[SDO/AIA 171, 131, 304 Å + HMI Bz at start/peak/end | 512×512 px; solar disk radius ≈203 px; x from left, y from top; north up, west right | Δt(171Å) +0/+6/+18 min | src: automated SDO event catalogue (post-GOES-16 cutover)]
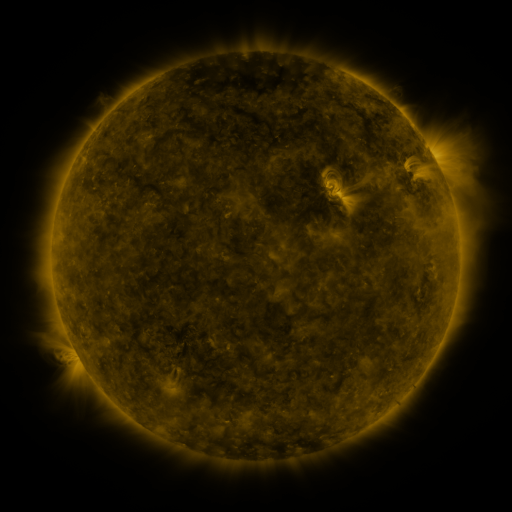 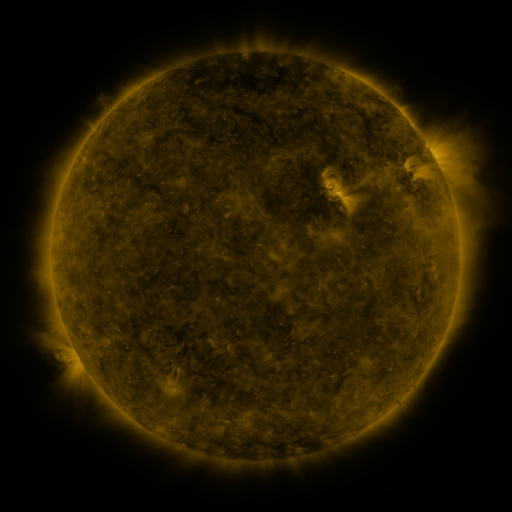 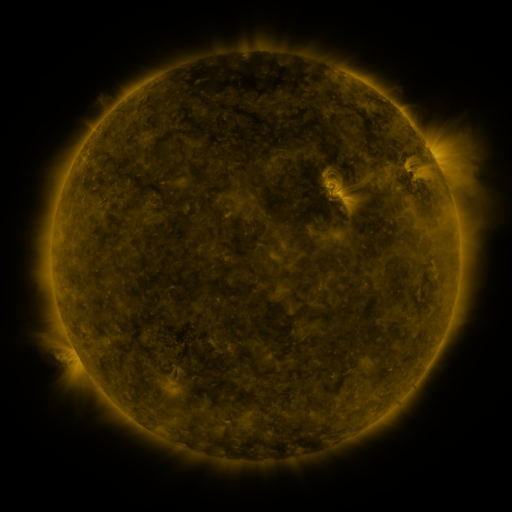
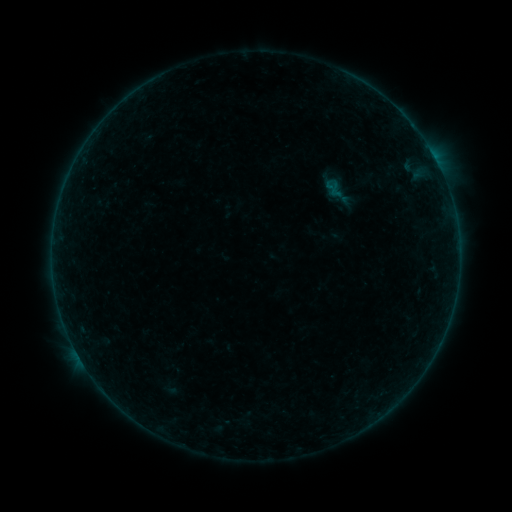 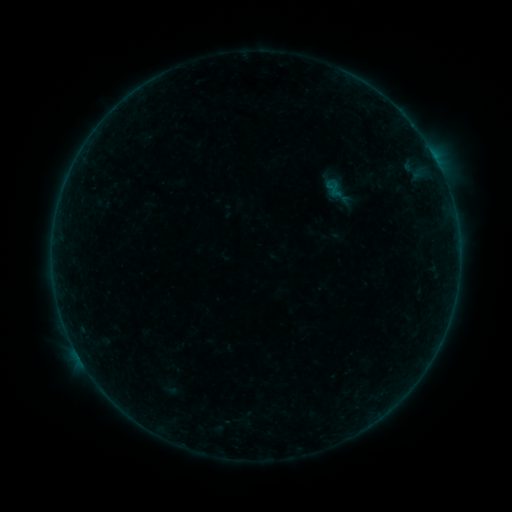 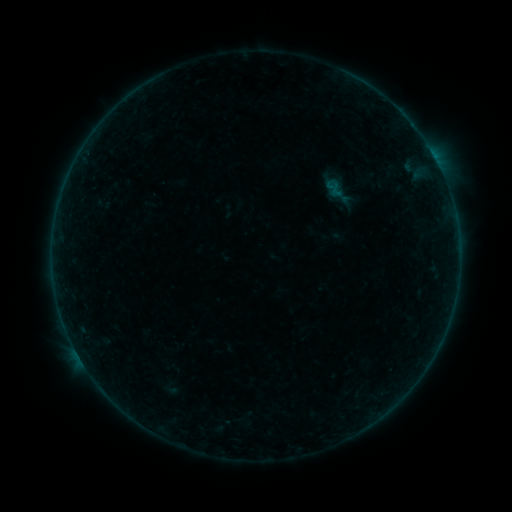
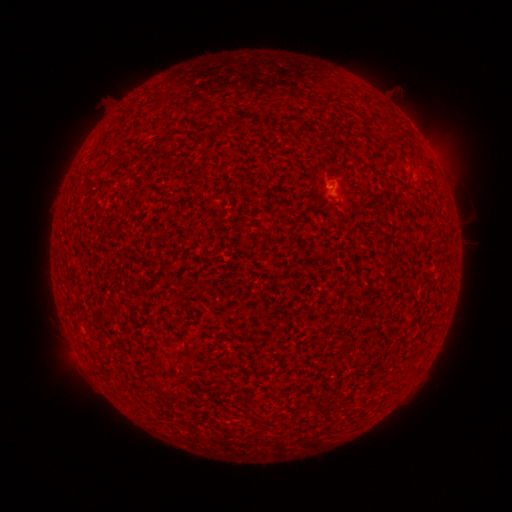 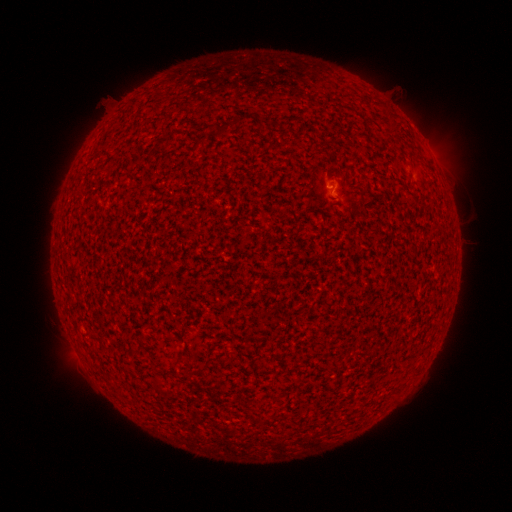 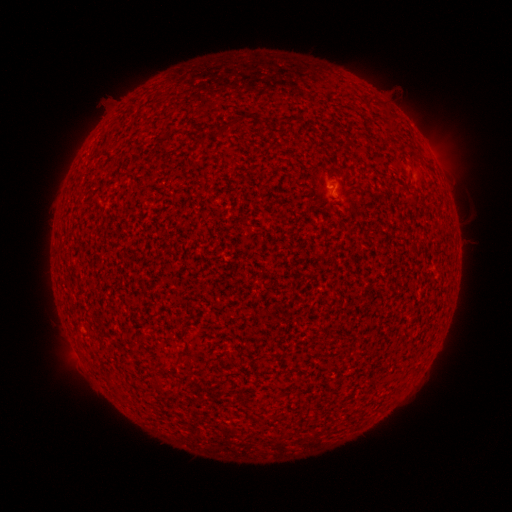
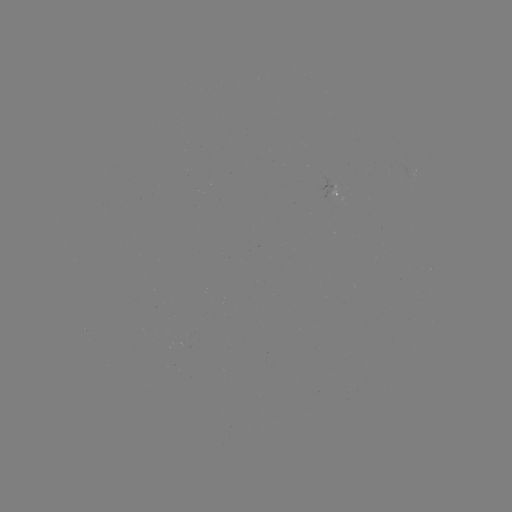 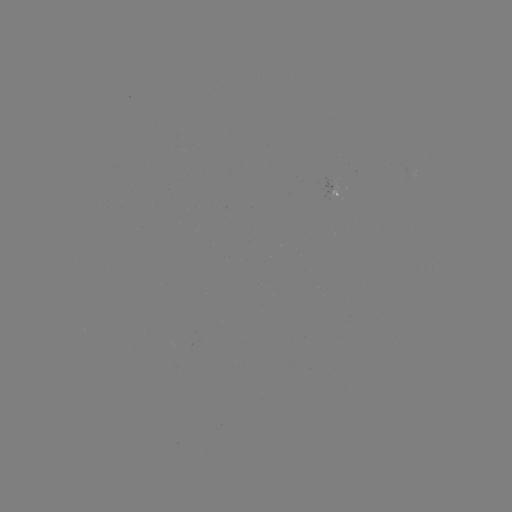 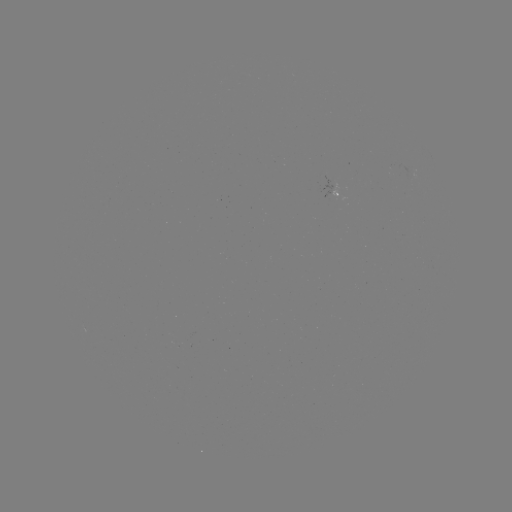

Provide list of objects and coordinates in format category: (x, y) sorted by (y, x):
A7.2 flare: (331, 189)
